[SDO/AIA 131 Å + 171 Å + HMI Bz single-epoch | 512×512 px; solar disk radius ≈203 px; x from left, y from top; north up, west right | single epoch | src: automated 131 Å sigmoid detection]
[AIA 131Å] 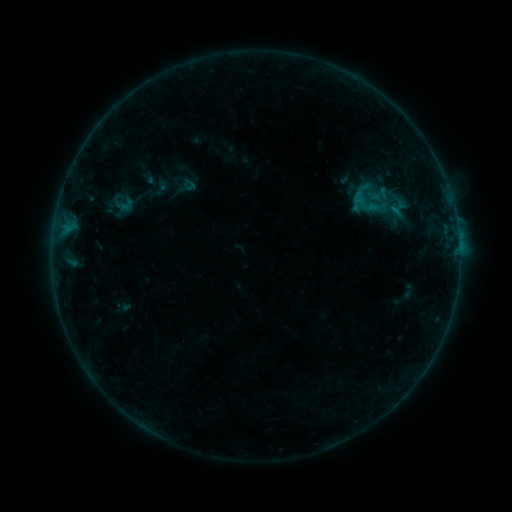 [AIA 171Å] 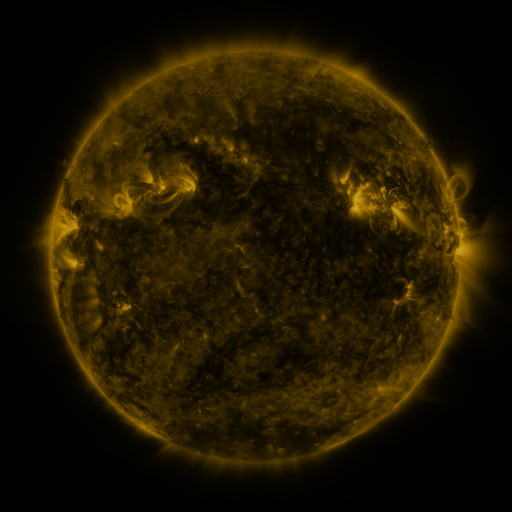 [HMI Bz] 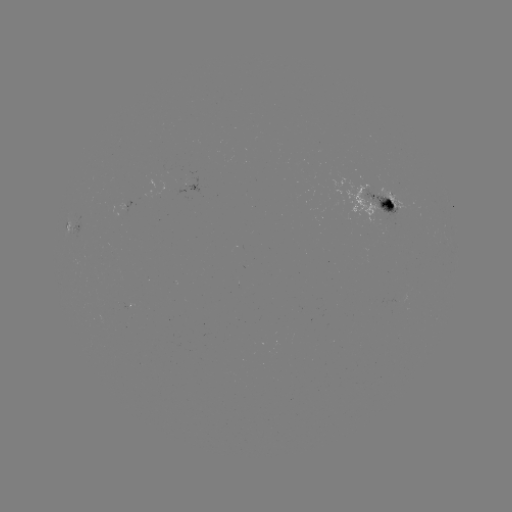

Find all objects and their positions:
sigmoid: <bbox>340, 172, 406, 233</bbox>
sigmoid: <bbox>119, 197, 134, 213</bbox>
